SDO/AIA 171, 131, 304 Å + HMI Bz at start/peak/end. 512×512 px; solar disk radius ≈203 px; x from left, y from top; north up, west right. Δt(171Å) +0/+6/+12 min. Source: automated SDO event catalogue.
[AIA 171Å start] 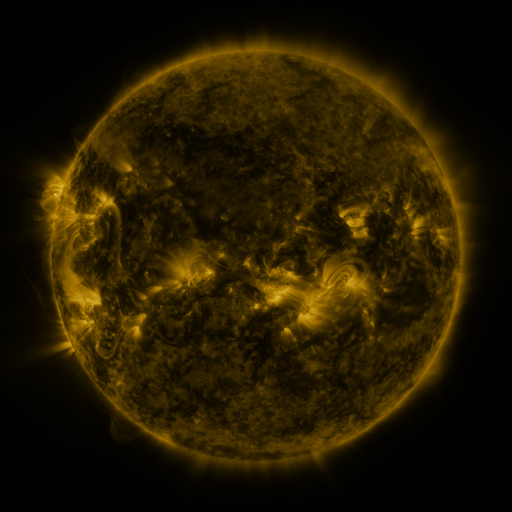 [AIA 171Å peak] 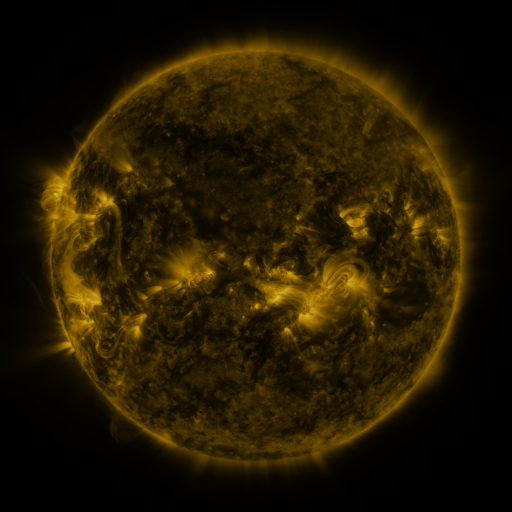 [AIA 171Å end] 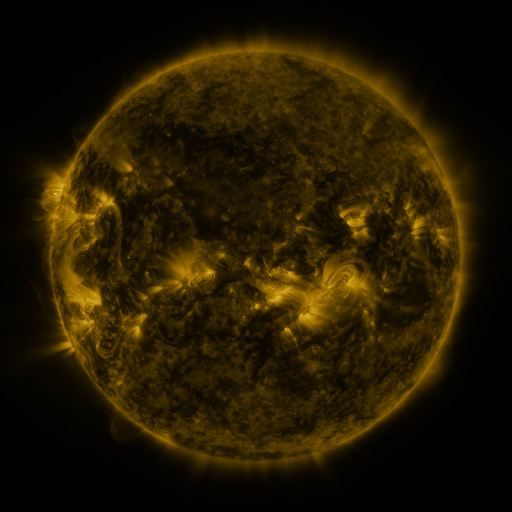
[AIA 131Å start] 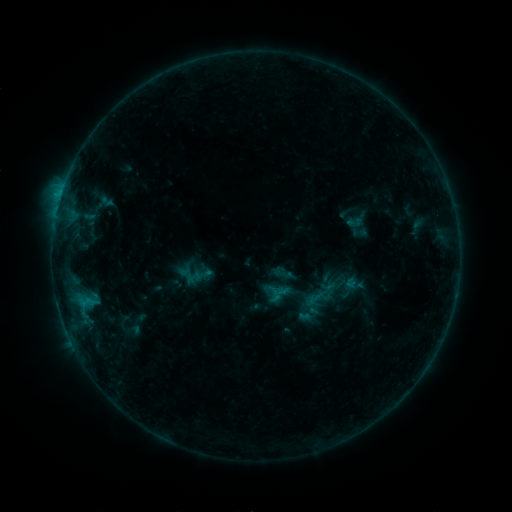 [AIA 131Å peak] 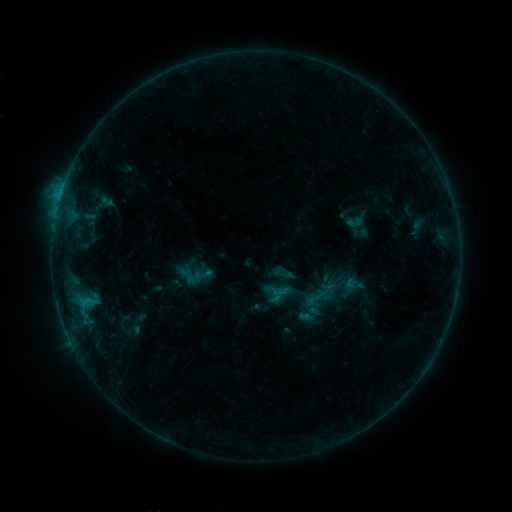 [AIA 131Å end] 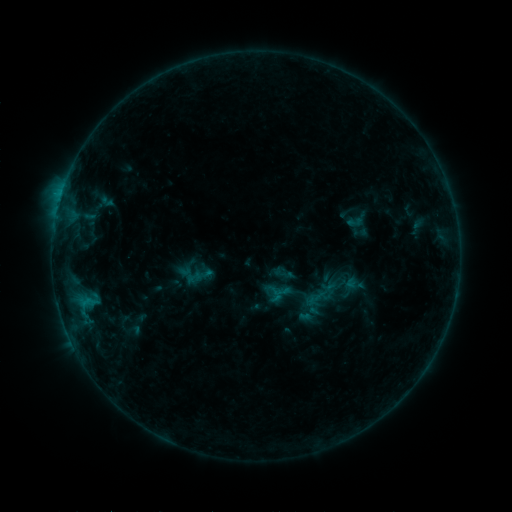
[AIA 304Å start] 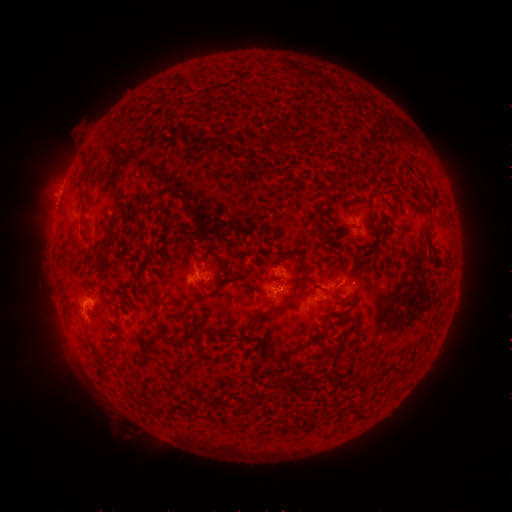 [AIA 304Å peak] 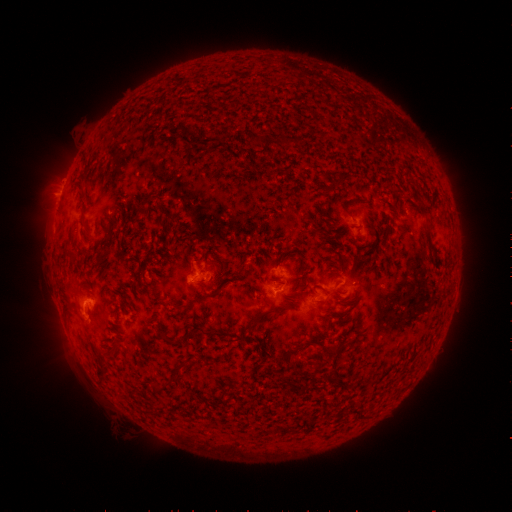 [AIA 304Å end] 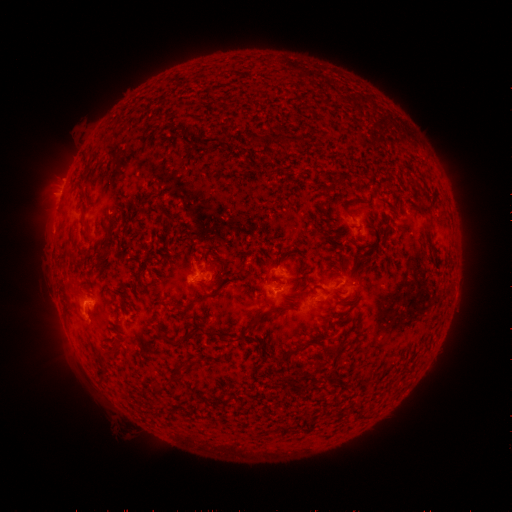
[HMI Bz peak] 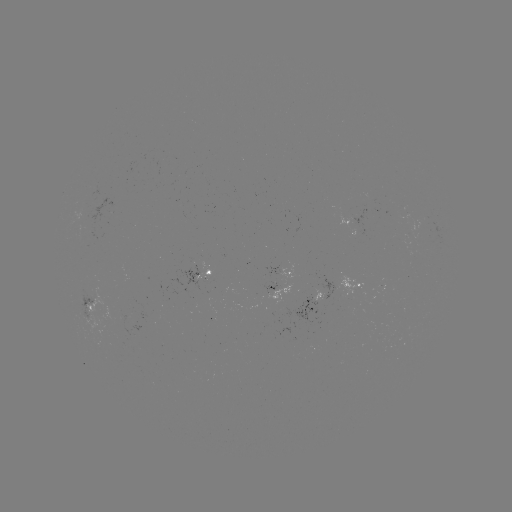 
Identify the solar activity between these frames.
nothing was catalogued: no classed flare, no EUV trigger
